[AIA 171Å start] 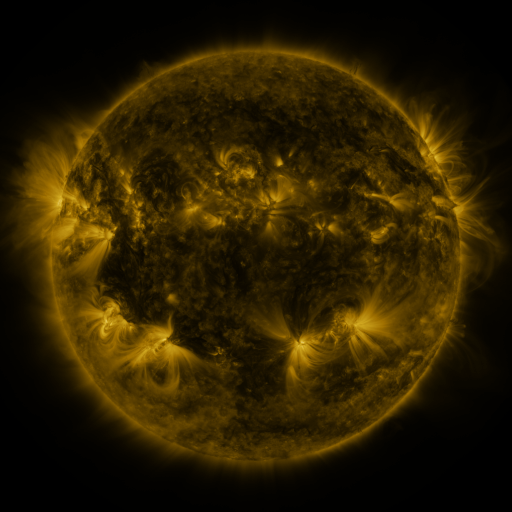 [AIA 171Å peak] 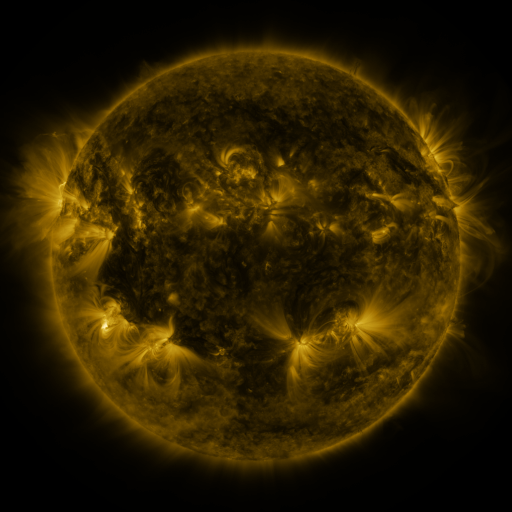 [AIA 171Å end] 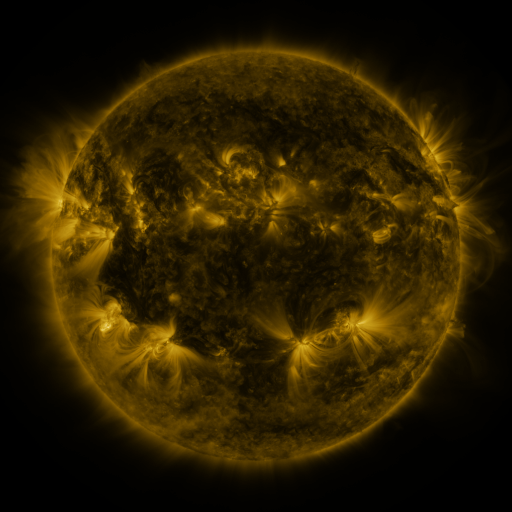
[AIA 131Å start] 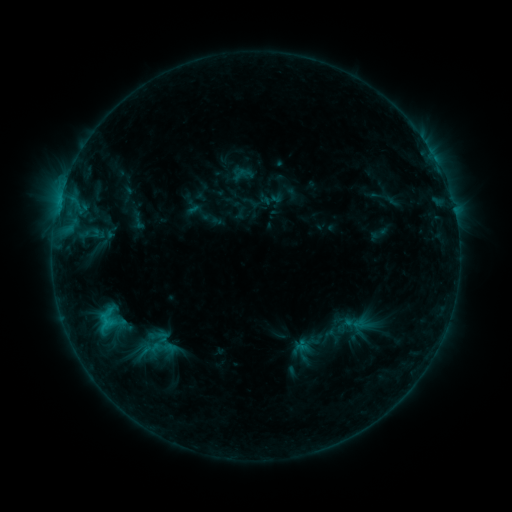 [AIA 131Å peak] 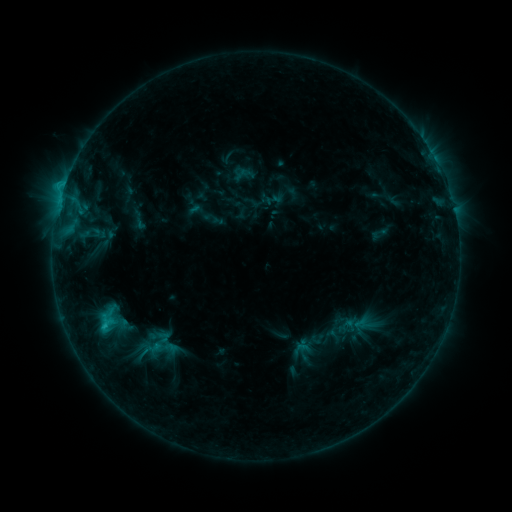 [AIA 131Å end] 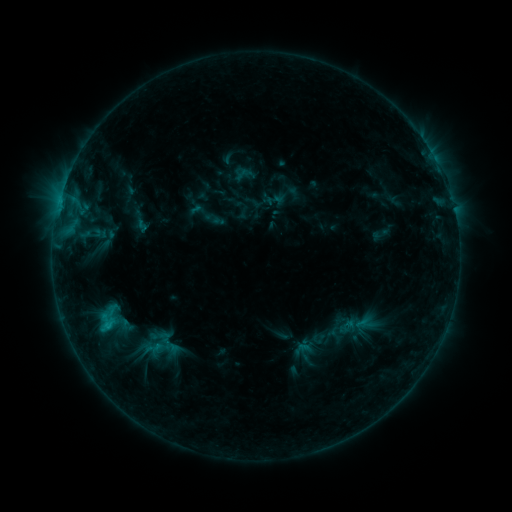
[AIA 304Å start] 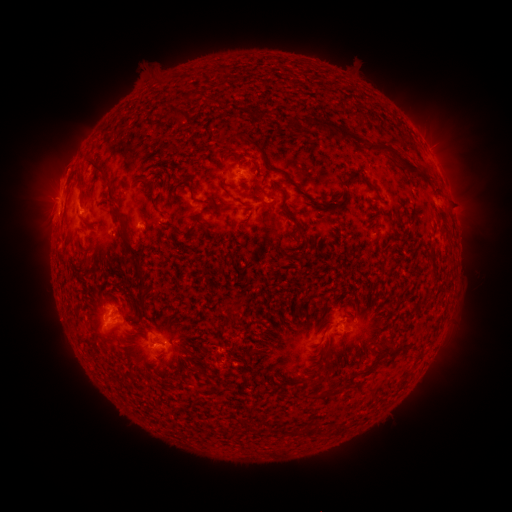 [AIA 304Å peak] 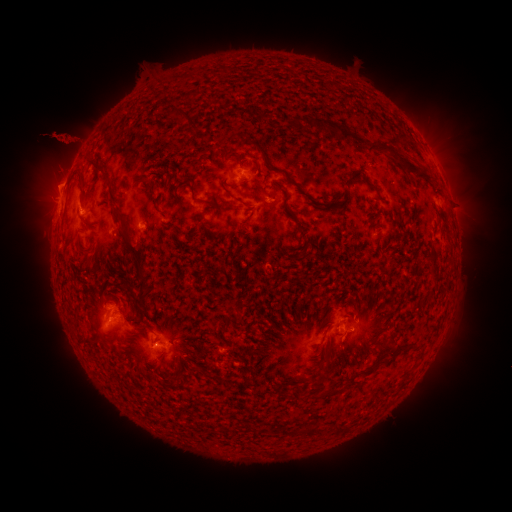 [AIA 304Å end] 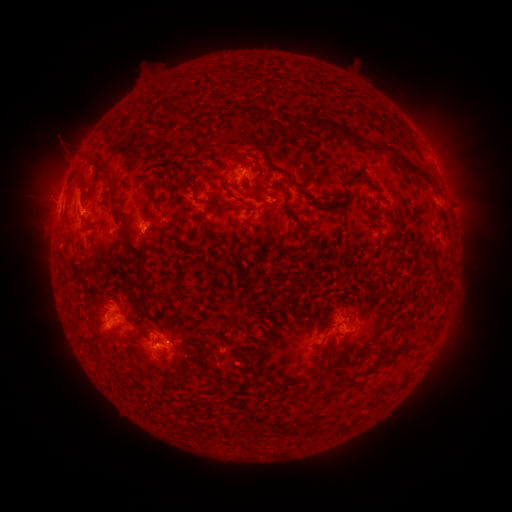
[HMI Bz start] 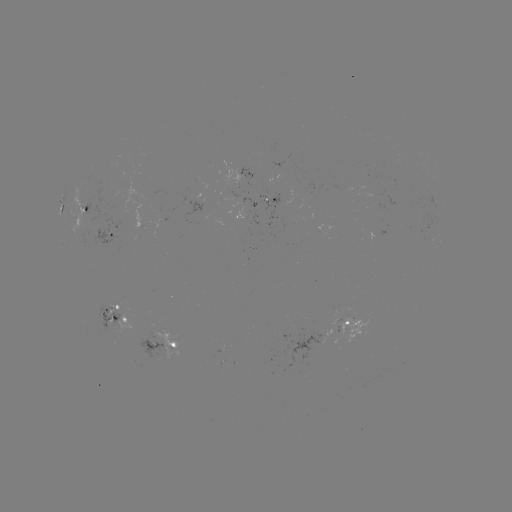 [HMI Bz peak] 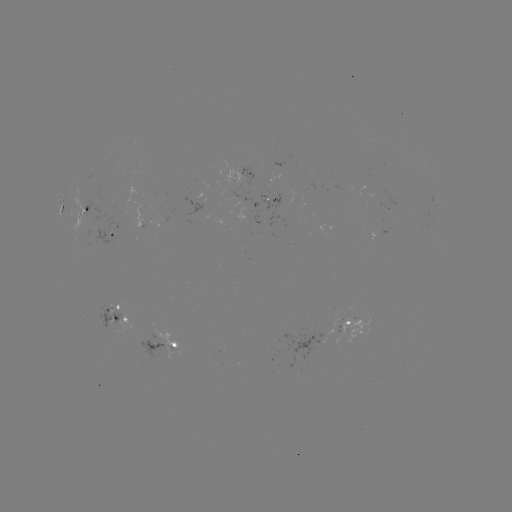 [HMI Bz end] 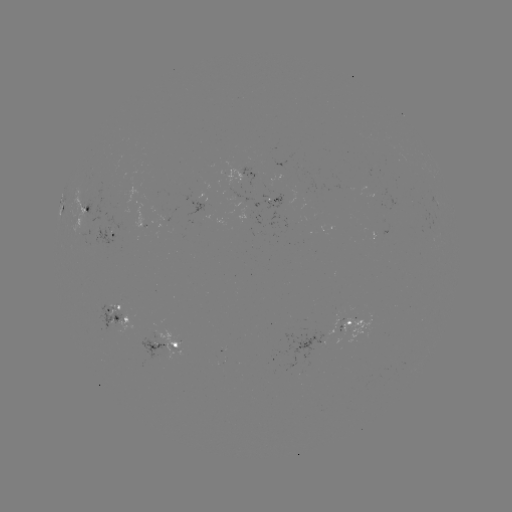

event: eruption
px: (62, 147)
